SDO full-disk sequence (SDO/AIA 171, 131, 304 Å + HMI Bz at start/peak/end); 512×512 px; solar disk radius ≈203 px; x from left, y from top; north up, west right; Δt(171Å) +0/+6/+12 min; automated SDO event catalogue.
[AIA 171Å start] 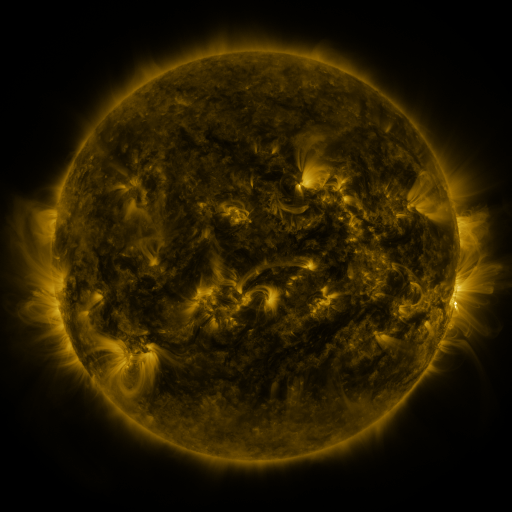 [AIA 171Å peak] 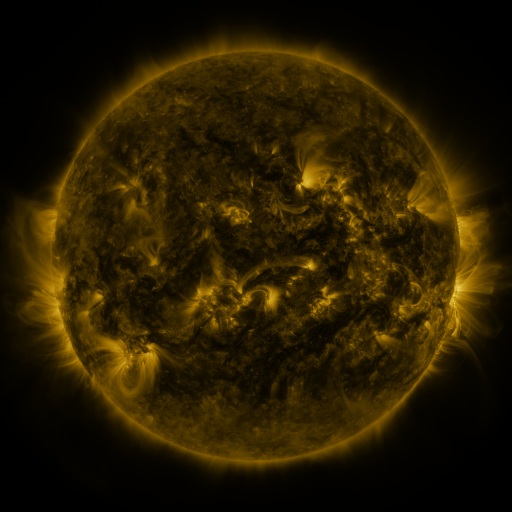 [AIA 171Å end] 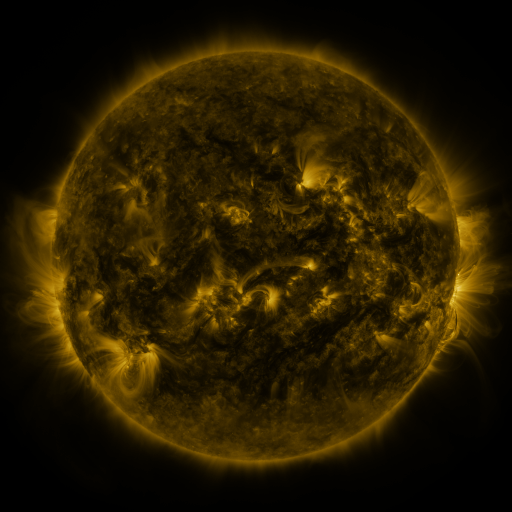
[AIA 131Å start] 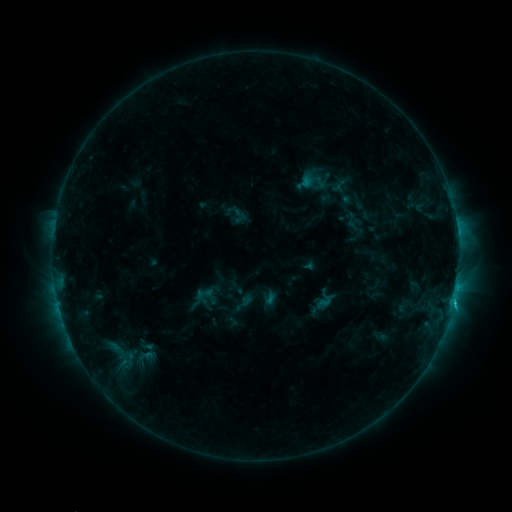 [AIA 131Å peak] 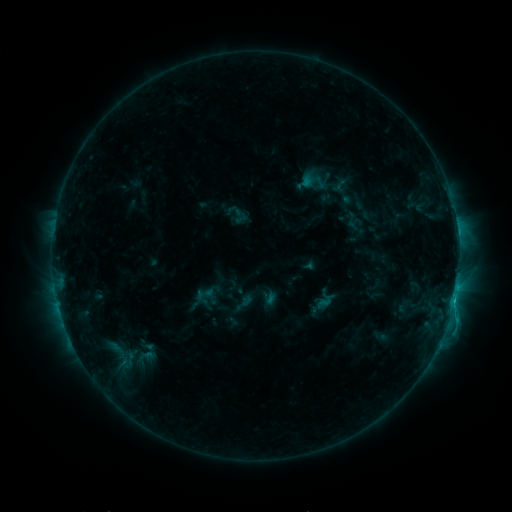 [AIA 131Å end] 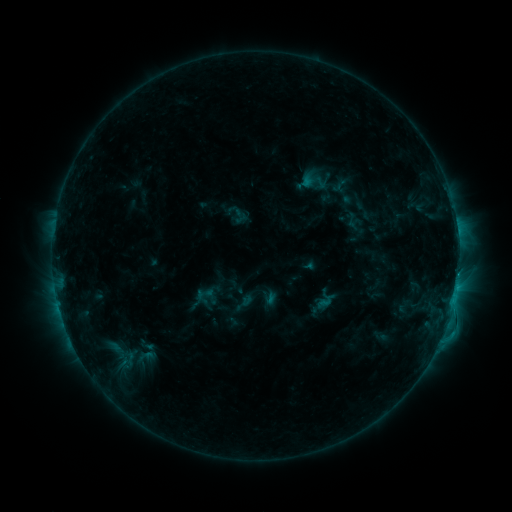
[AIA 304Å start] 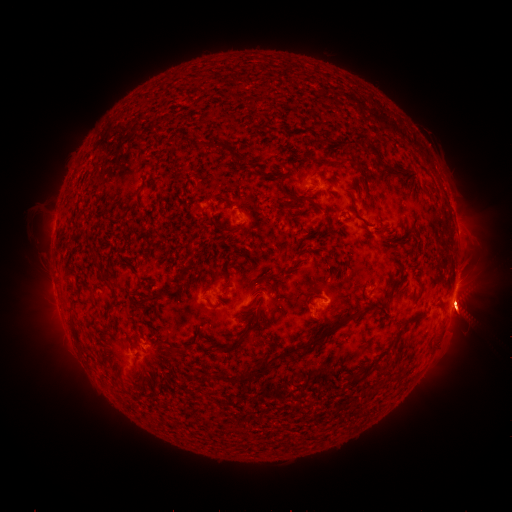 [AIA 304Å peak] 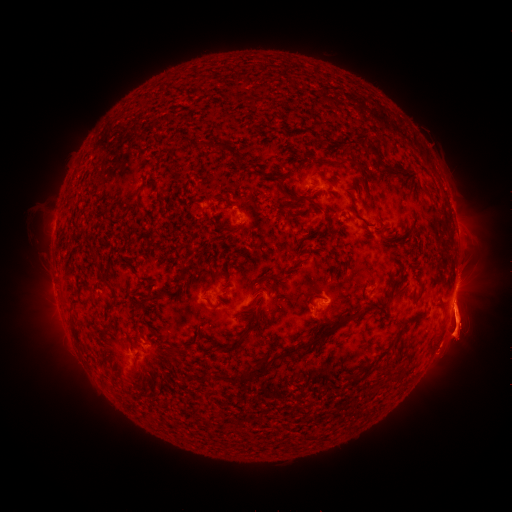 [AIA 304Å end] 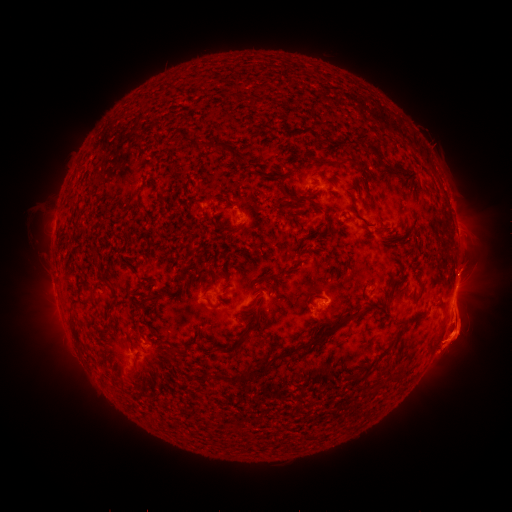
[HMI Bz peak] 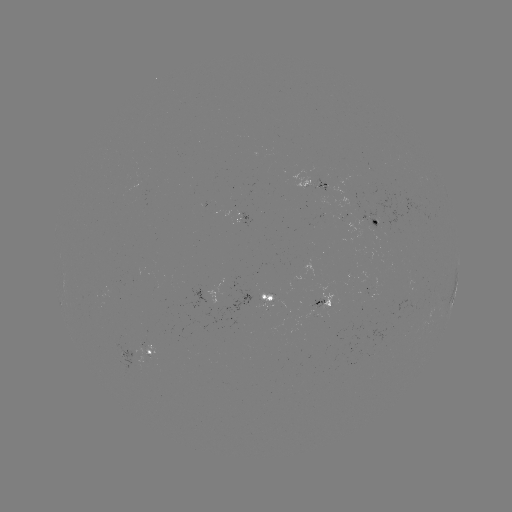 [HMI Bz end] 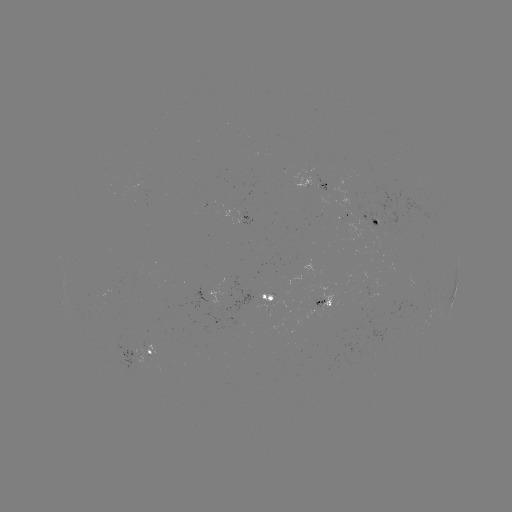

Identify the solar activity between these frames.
eruption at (23, 325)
